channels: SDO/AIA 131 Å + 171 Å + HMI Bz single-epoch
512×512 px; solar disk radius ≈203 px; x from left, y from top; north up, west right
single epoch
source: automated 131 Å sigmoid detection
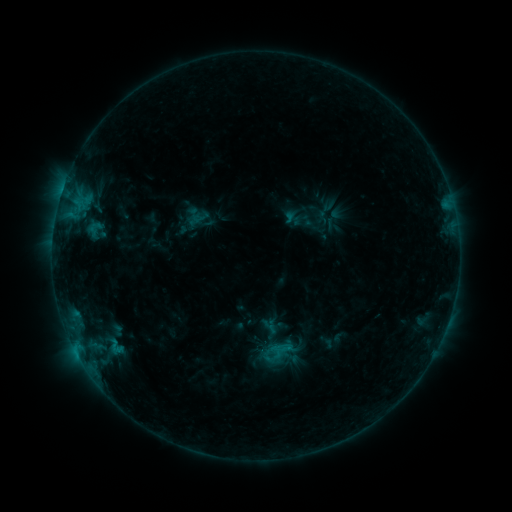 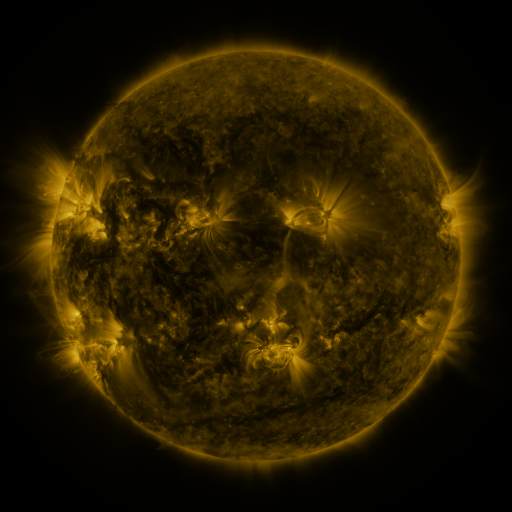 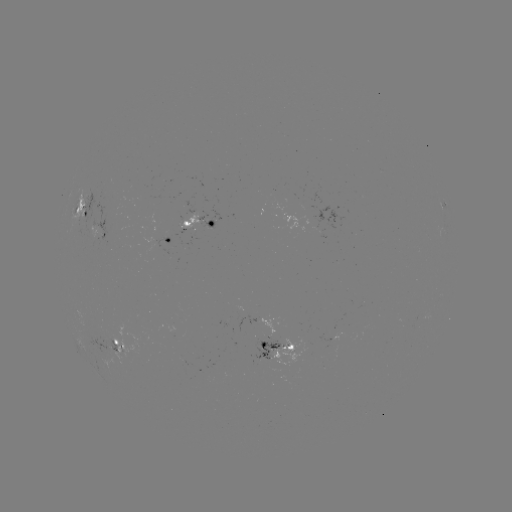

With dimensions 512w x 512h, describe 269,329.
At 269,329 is sigmoid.